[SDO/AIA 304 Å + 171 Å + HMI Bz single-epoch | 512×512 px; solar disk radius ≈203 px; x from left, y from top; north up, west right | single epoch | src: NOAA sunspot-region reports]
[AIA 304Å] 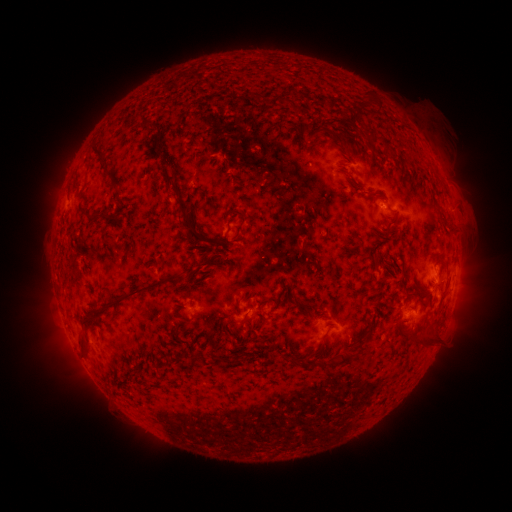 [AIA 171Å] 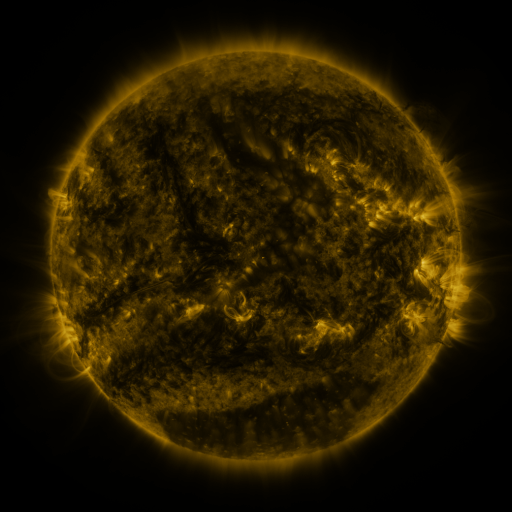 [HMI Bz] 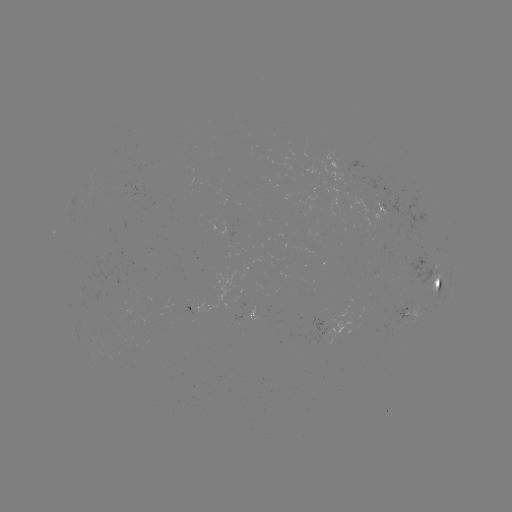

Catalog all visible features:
spotted active region: (341, 173)
spotted active region: (435, 284)
spotted active region: (203, 307)
spotted active region: (407, 315)
